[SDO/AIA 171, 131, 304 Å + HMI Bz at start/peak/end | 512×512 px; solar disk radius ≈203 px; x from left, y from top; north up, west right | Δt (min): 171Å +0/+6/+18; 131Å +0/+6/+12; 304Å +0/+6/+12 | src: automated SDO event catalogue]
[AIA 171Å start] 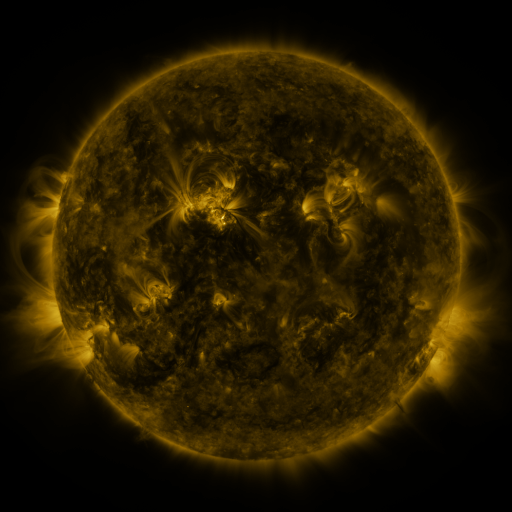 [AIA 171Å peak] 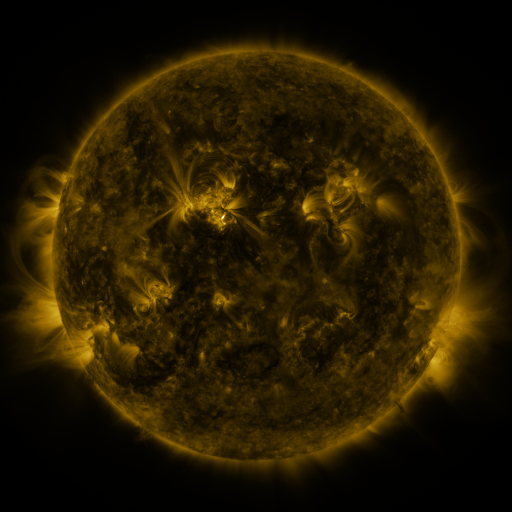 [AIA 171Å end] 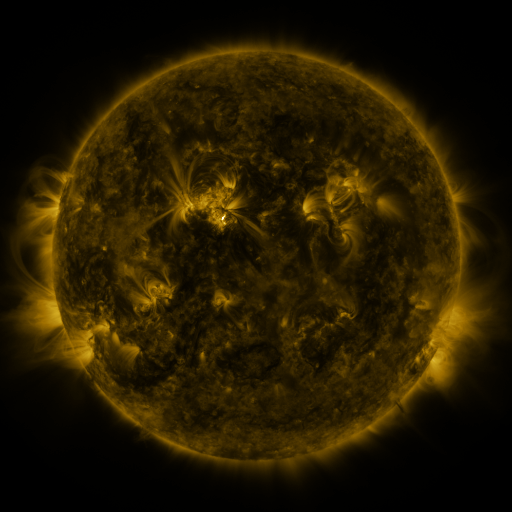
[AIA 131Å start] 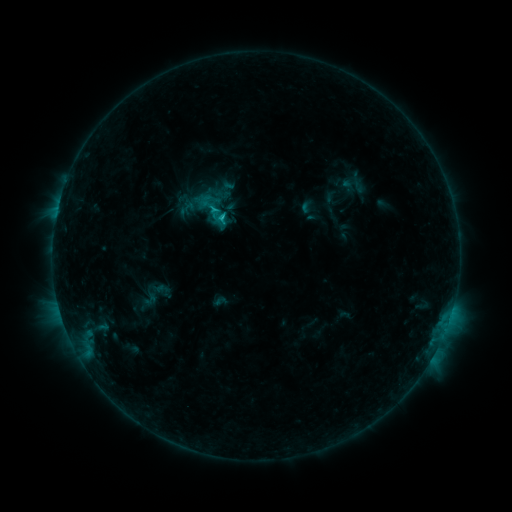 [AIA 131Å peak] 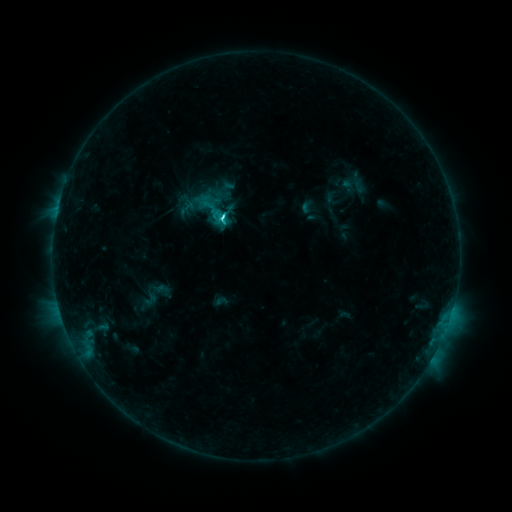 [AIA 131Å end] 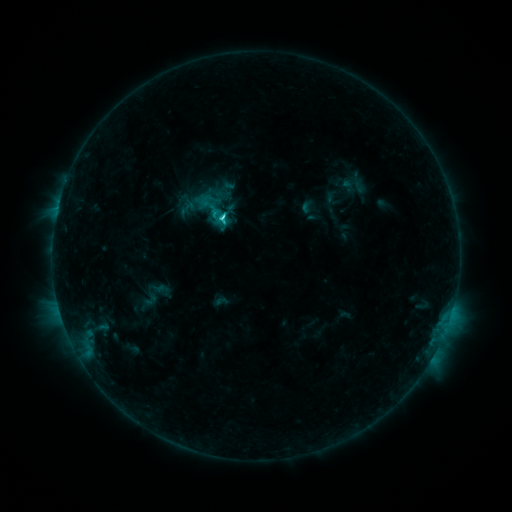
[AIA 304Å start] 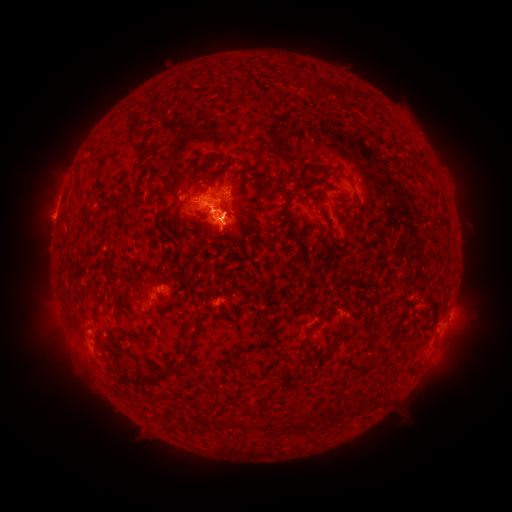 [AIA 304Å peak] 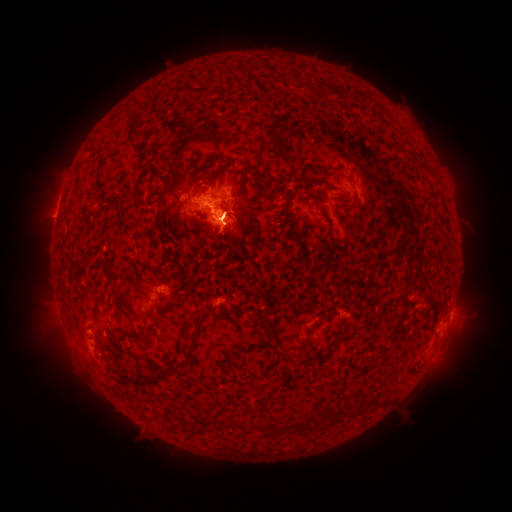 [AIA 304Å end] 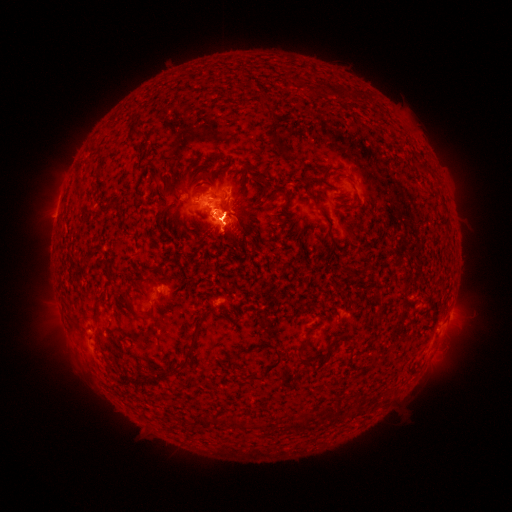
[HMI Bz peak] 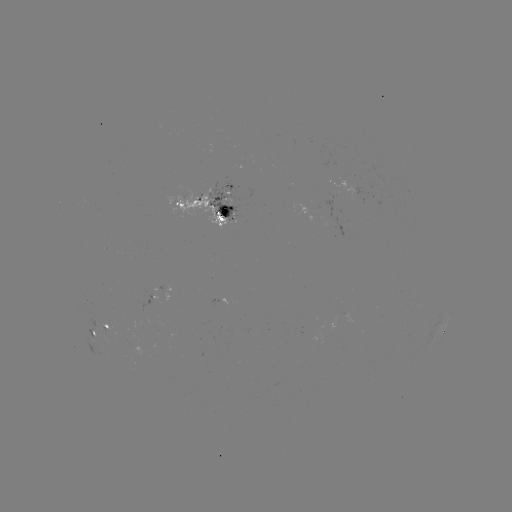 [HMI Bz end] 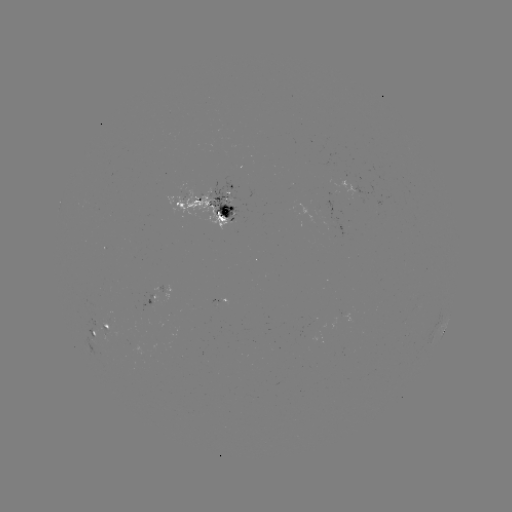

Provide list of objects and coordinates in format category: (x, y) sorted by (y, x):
eruption: (67, 348)
